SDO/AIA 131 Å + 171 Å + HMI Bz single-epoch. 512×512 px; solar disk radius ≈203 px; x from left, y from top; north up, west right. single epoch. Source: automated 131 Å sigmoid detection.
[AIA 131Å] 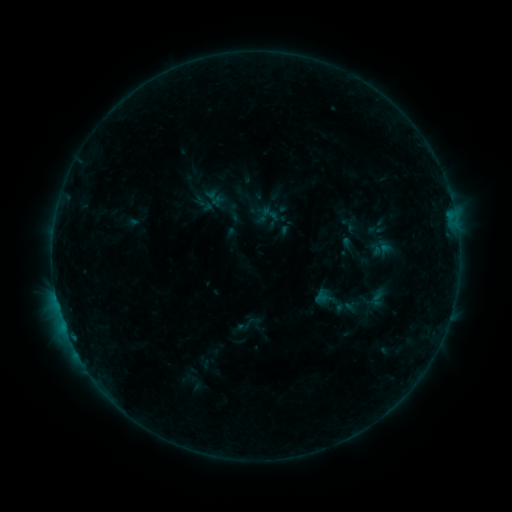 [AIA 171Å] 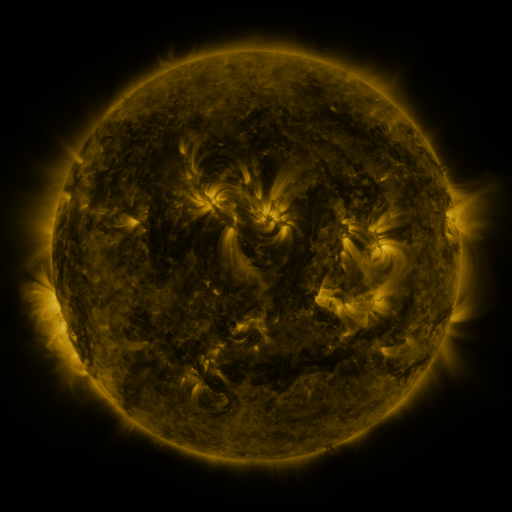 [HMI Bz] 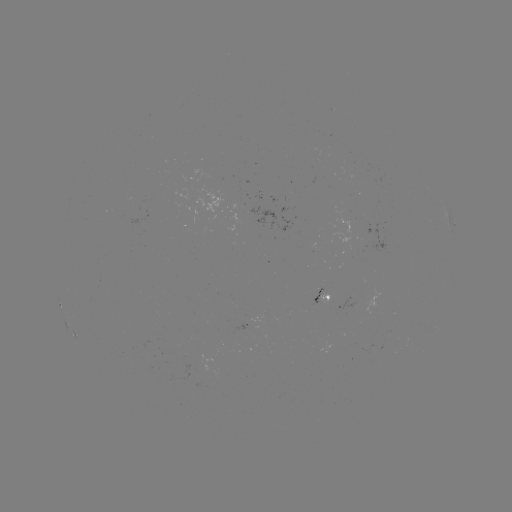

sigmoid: (259, 203, 280, 224)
